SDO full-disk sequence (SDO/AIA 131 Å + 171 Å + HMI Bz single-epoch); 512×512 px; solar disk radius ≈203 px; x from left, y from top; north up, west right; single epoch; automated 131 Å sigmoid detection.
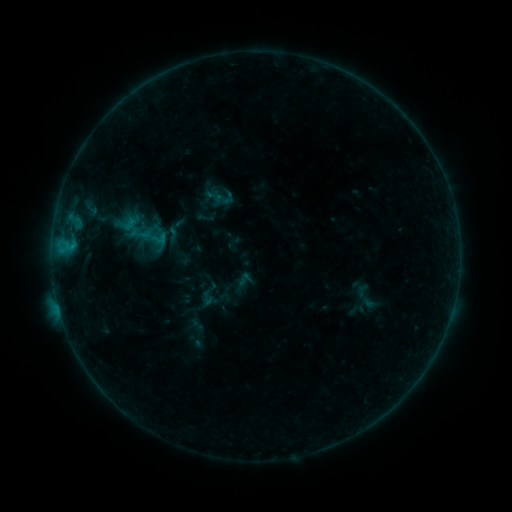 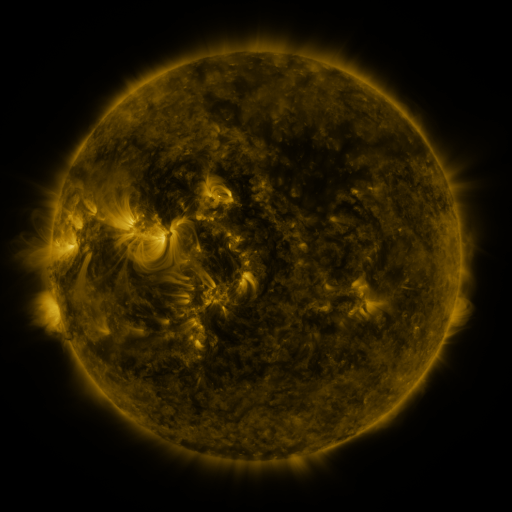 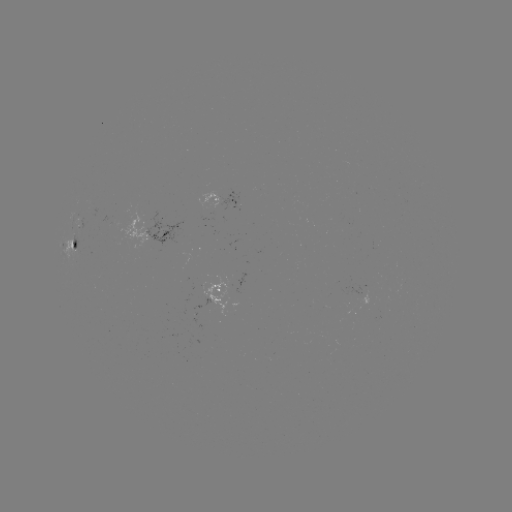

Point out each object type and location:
sigmoid: (140, 222, 169, 253)
sigmoid: (199, 291, 215, 306)
